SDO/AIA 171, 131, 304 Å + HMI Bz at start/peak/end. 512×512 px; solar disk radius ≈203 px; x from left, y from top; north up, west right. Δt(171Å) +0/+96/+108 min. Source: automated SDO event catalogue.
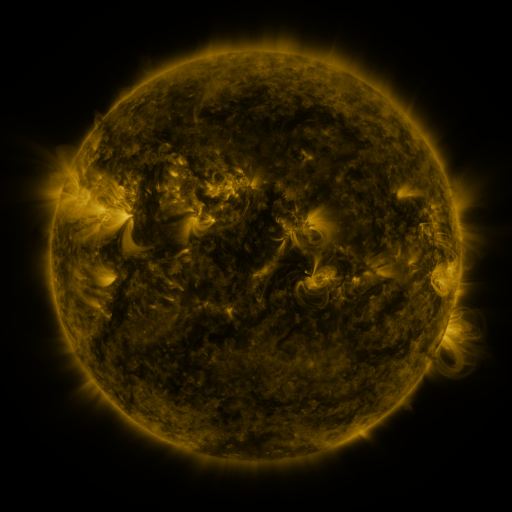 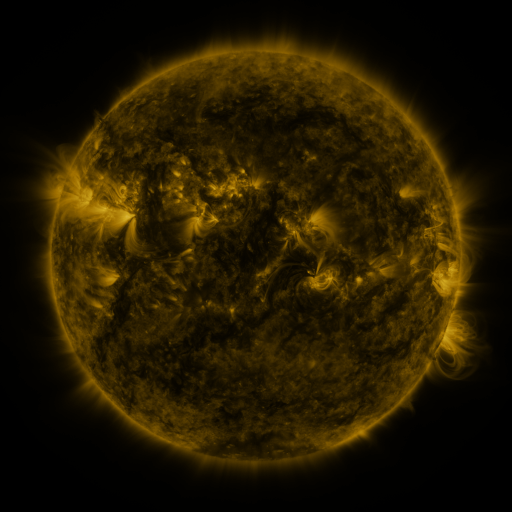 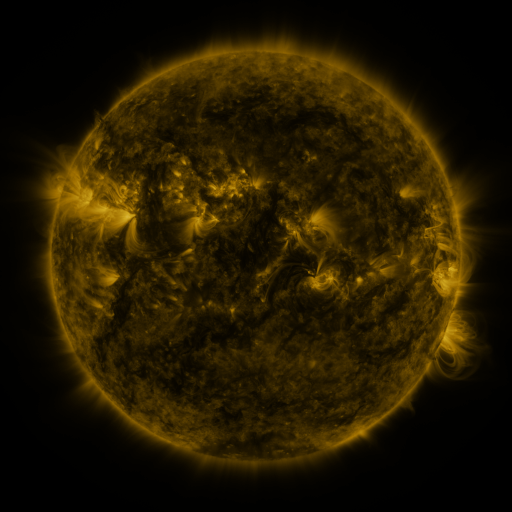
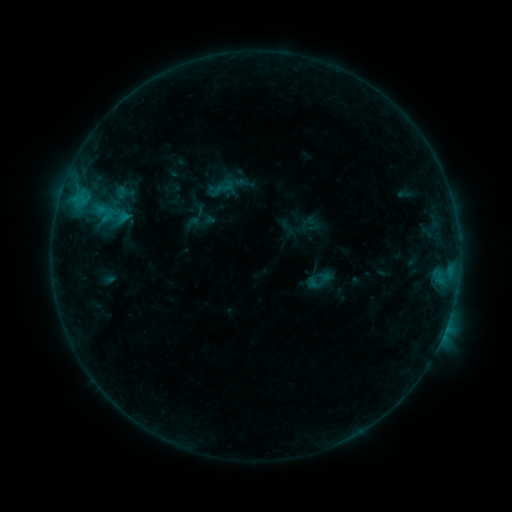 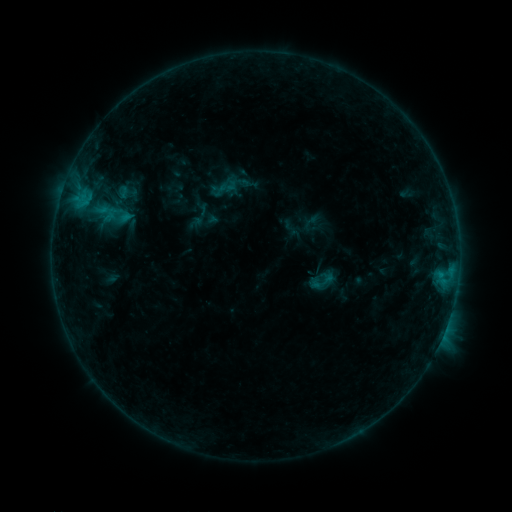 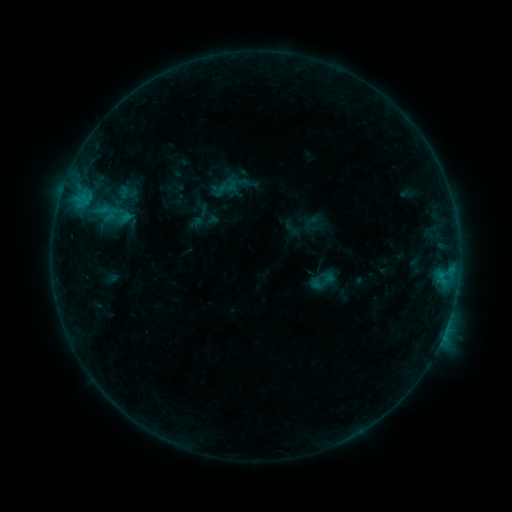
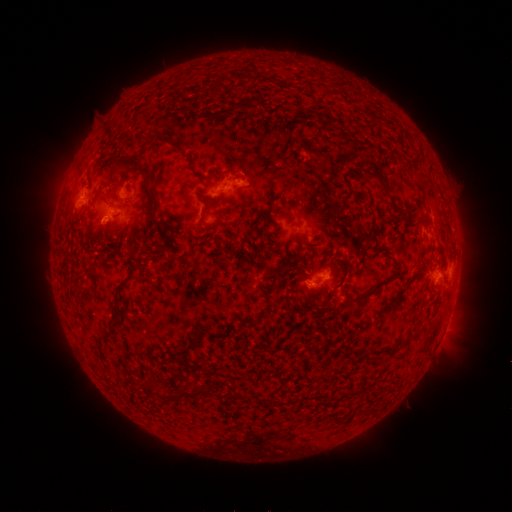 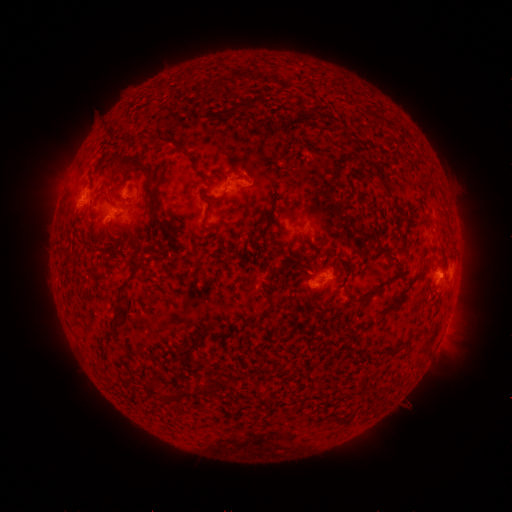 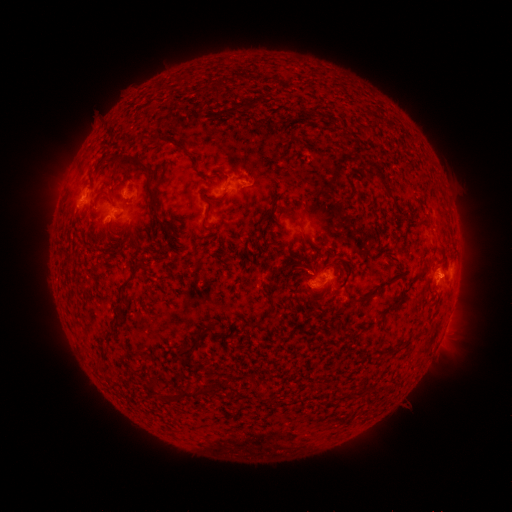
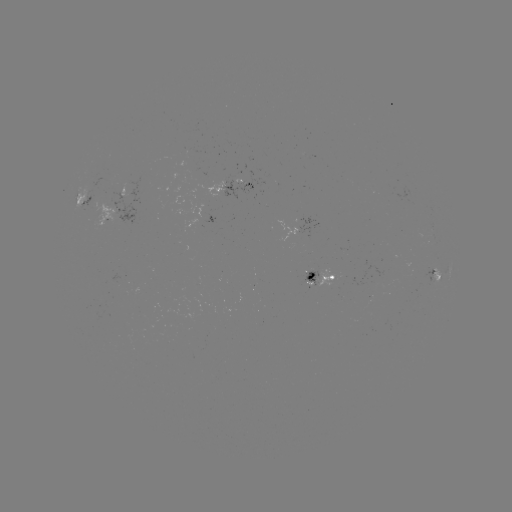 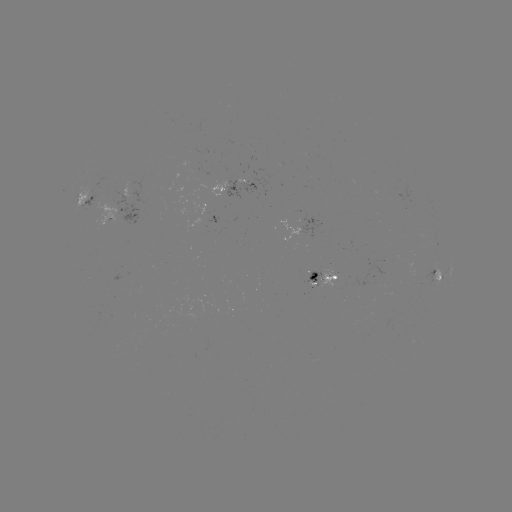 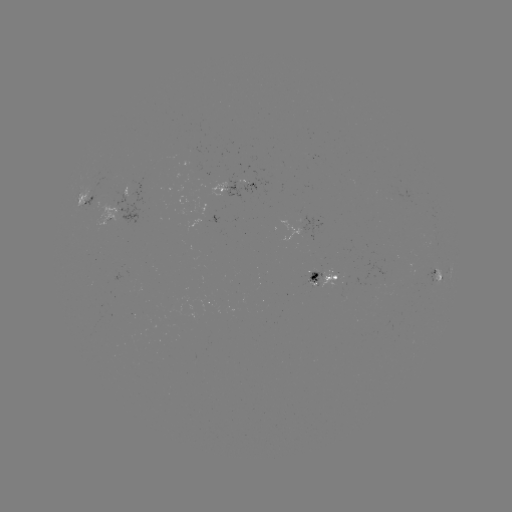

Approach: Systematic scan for emerging-flux region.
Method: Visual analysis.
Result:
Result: emerging-flux region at (317, 280).